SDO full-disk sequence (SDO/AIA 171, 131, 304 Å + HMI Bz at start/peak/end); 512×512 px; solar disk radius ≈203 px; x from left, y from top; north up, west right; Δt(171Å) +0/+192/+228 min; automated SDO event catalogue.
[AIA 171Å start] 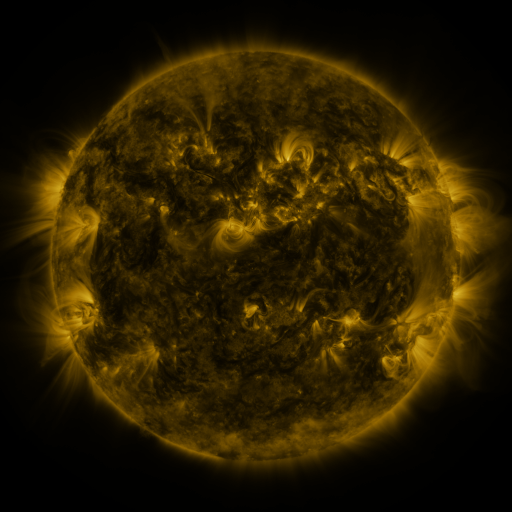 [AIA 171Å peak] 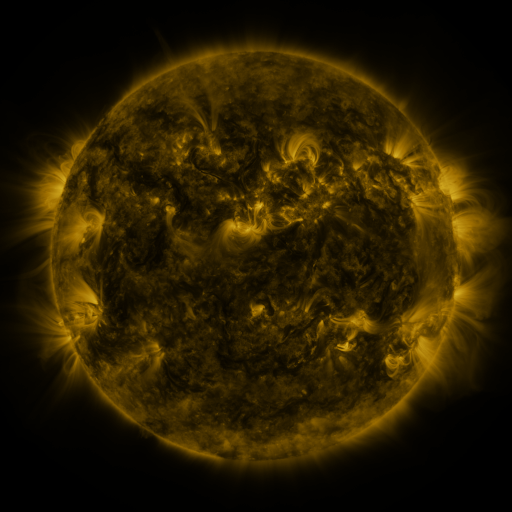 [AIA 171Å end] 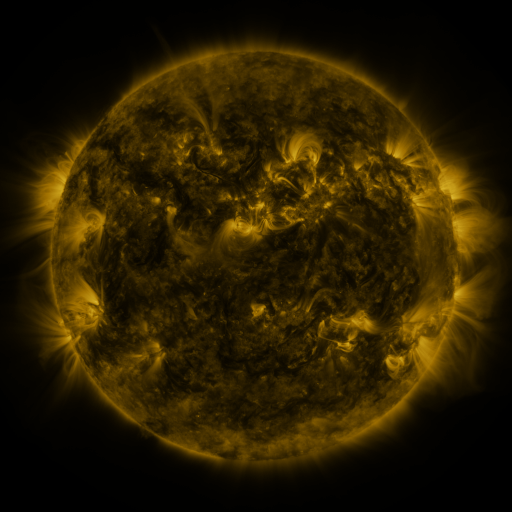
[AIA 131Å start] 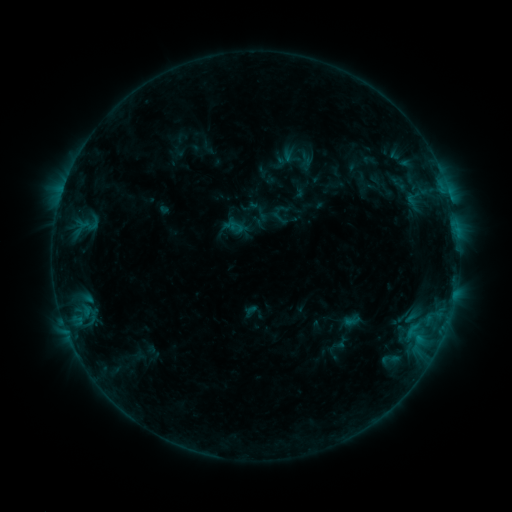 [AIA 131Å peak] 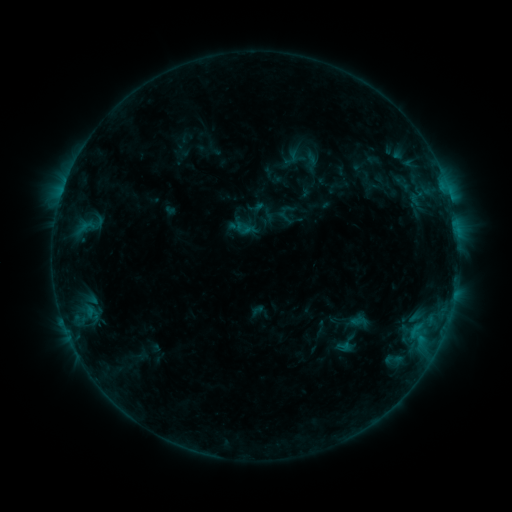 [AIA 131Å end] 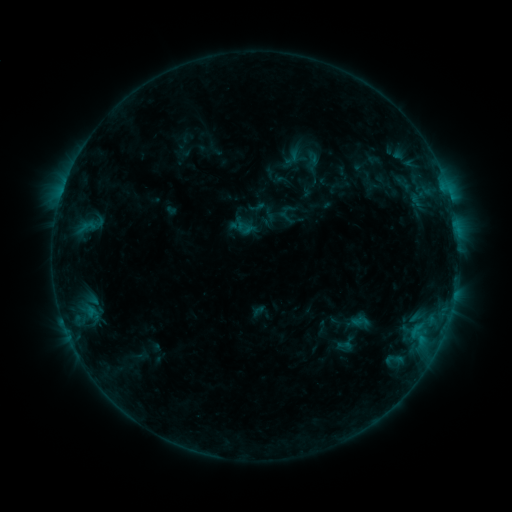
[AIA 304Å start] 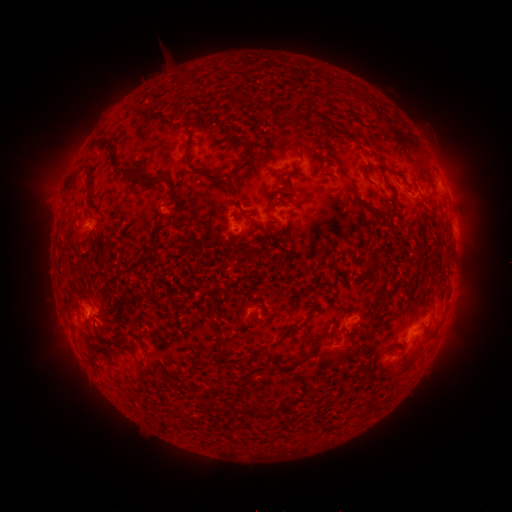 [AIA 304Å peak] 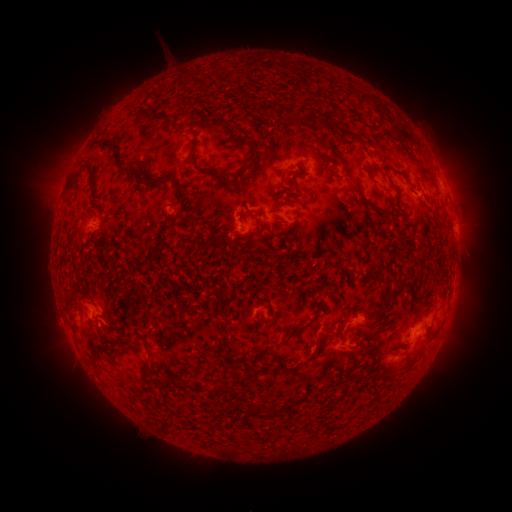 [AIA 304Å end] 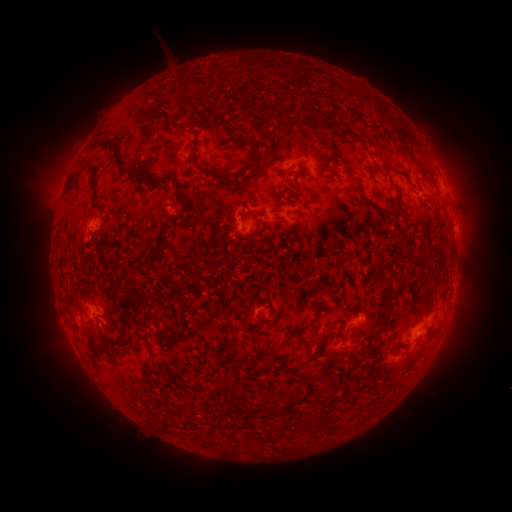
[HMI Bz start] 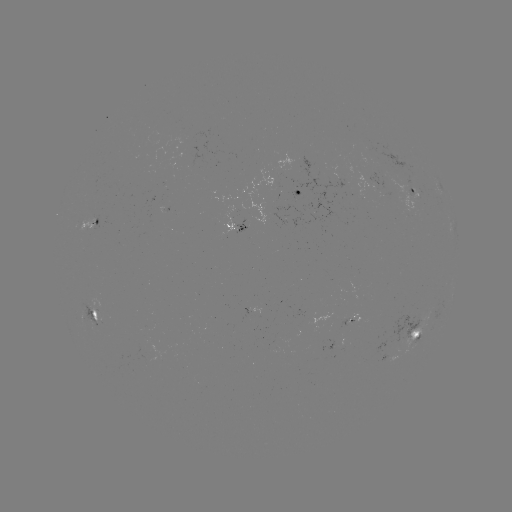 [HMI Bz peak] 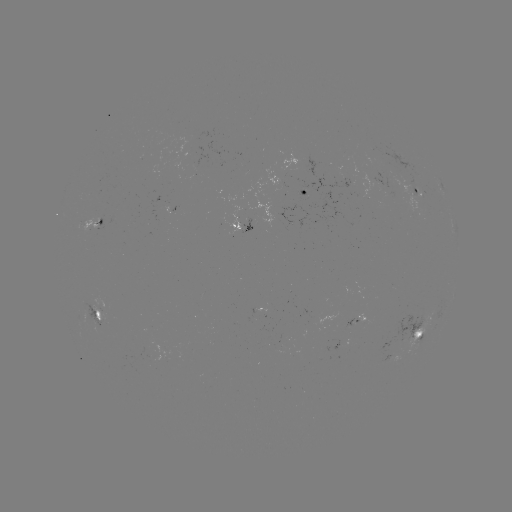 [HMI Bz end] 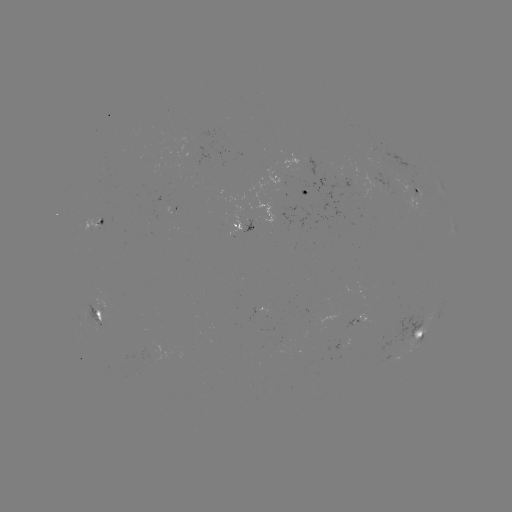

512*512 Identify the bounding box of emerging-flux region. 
[274, 184, 288, 192].